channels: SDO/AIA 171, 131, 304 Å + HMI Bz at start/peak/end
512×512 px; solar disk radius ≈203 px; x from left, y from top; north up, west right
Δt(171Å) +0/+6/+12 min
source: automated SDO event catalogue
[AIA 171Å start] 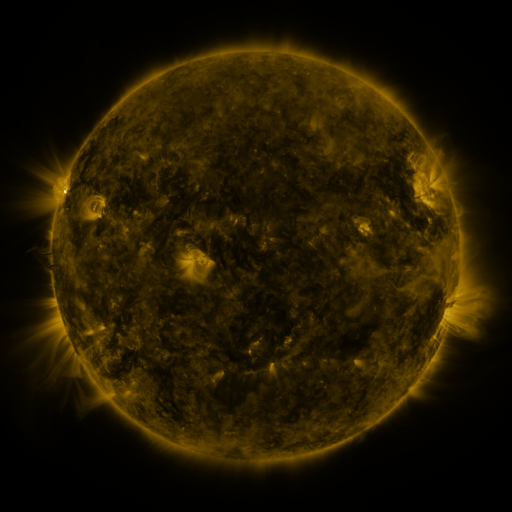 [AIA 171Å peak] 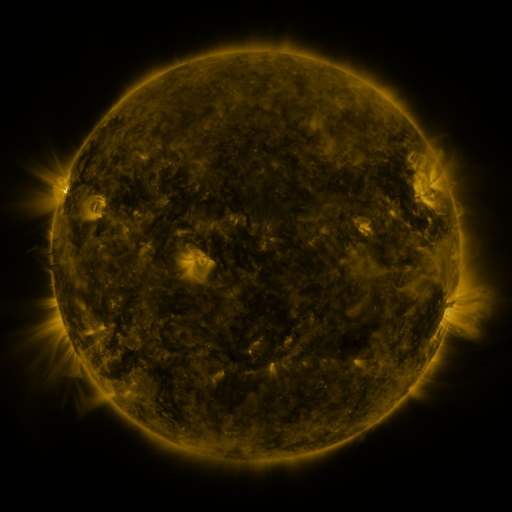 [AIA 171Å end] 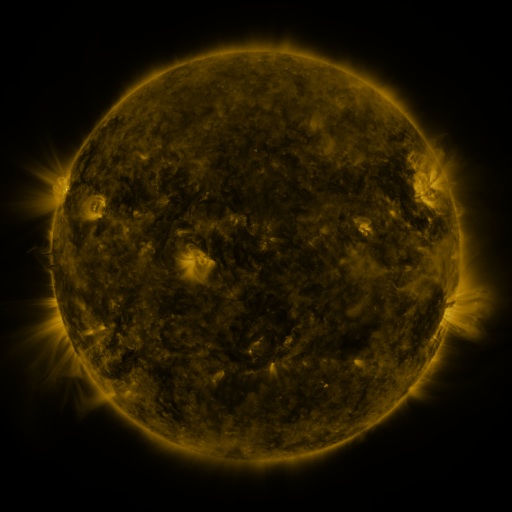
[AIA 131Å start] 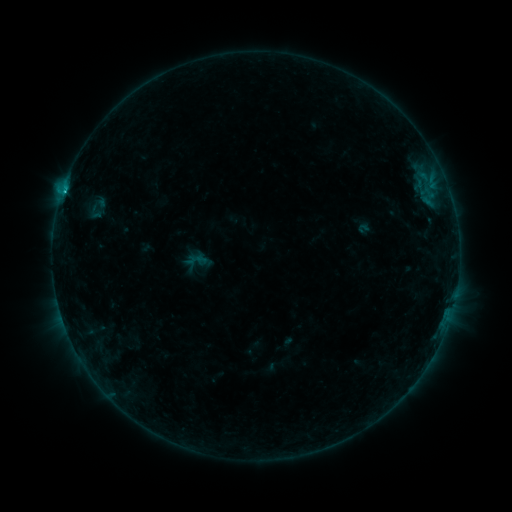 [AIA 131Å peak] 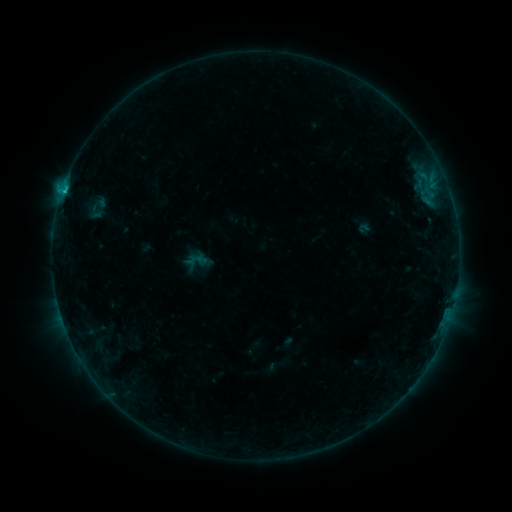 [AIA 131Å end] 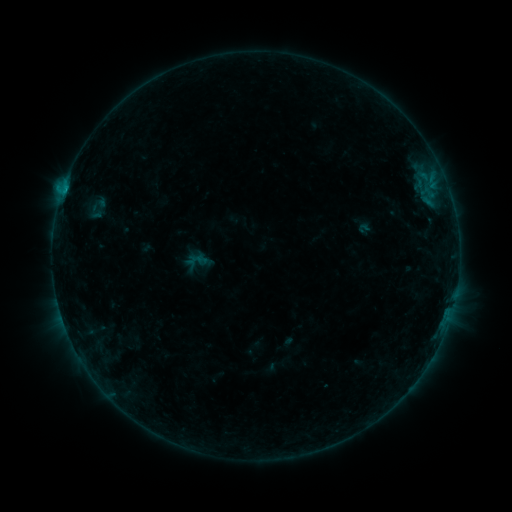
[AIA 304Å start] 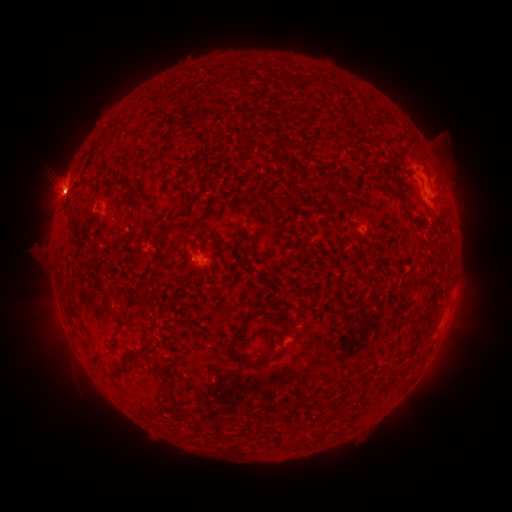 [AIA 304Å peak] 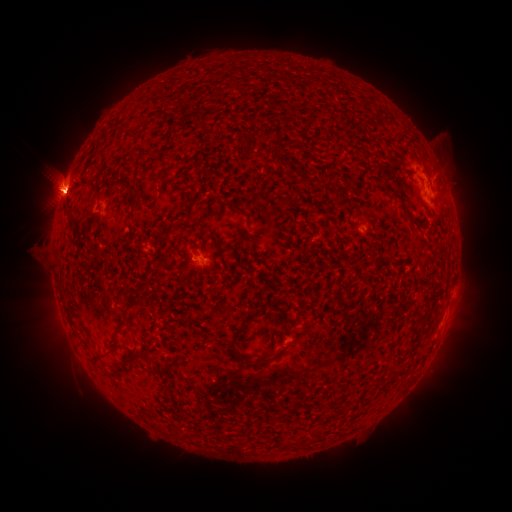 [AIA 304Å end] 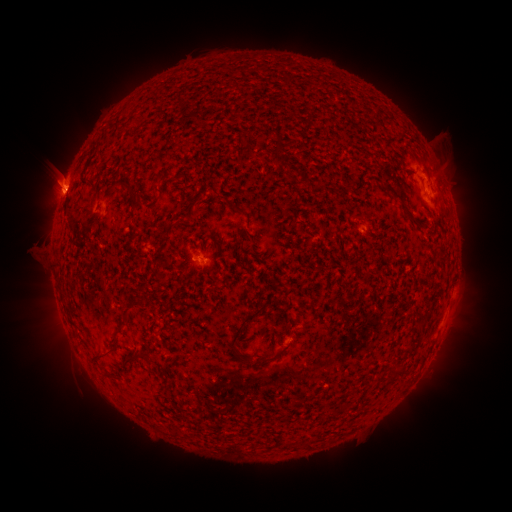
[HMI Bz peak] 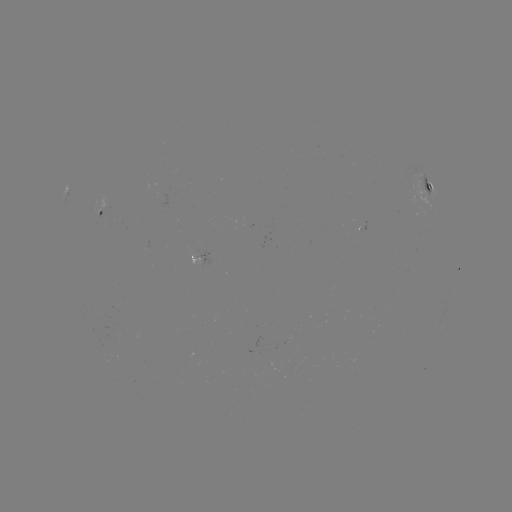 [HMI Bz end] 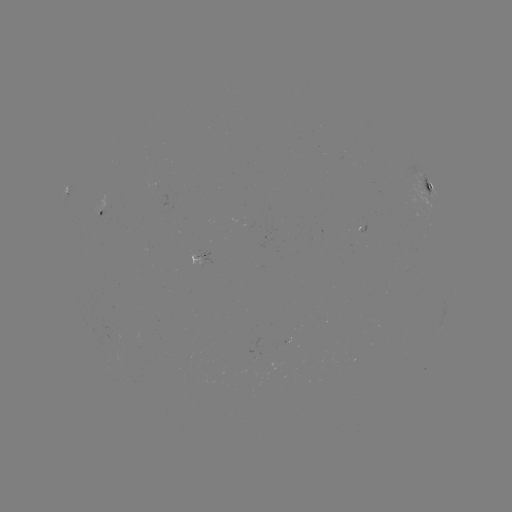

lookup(C2.4 flare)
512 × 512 67,190